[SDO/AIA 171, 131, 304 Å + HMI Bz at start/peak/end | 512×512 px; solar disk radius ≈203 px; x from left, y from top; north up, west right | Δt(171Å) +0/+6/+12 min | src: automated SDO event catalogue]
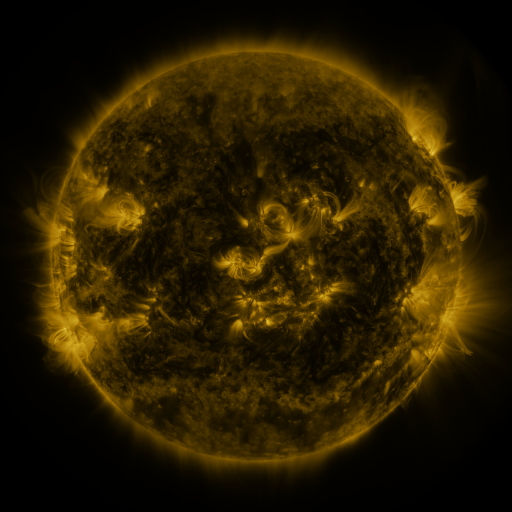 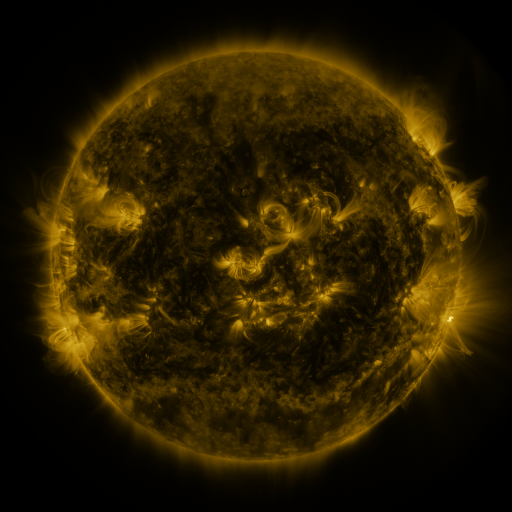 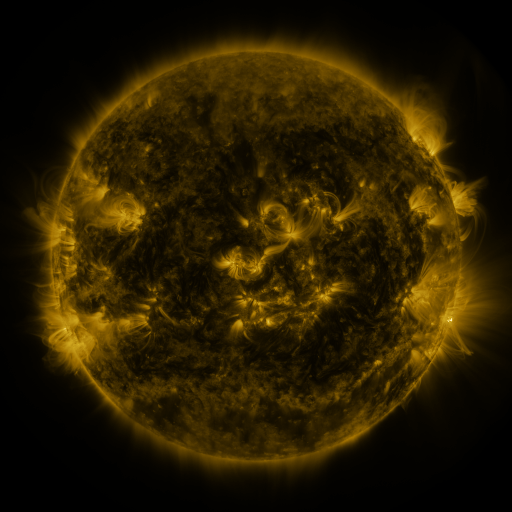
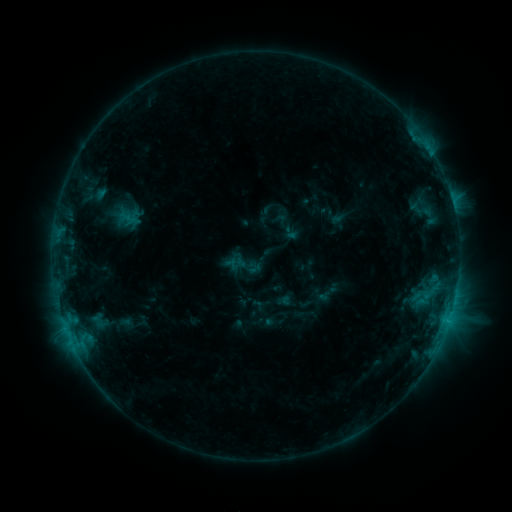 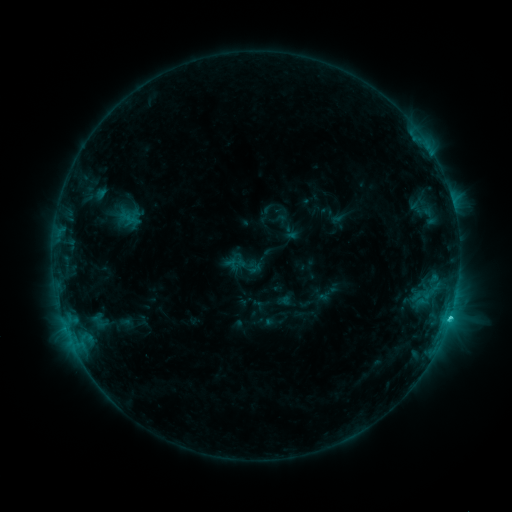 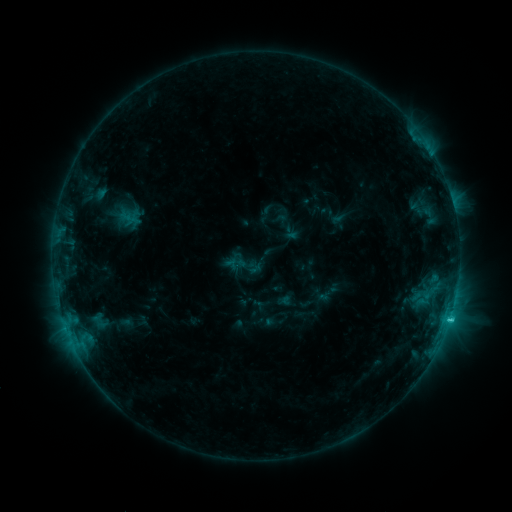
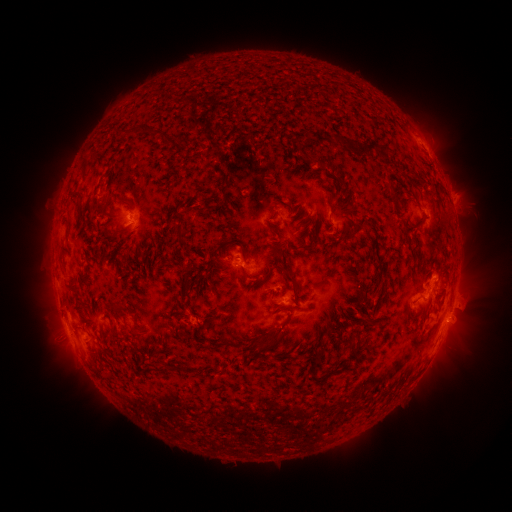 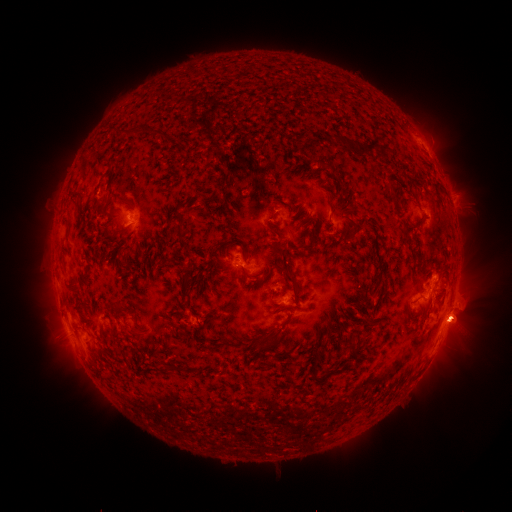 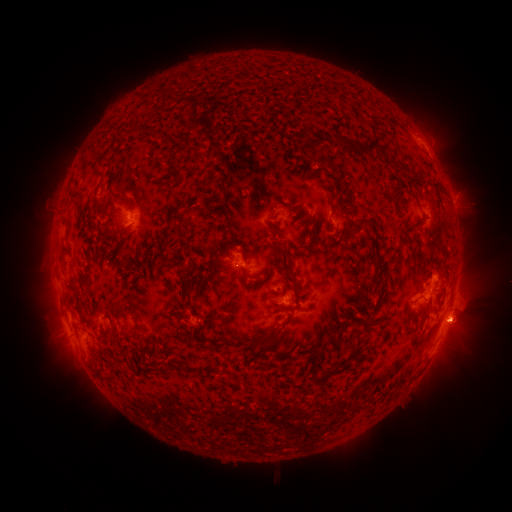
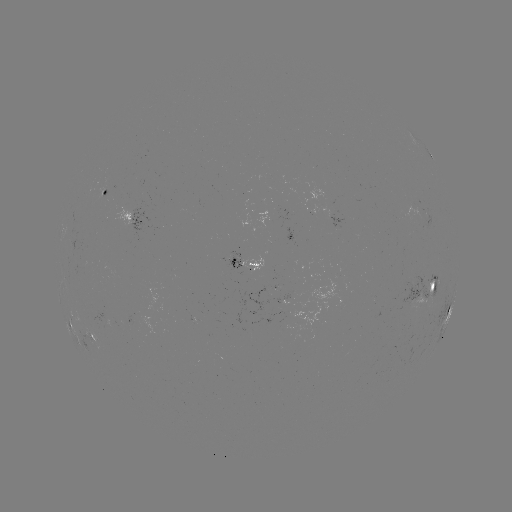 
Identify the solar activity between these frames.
C2.2 flare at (450, 315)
